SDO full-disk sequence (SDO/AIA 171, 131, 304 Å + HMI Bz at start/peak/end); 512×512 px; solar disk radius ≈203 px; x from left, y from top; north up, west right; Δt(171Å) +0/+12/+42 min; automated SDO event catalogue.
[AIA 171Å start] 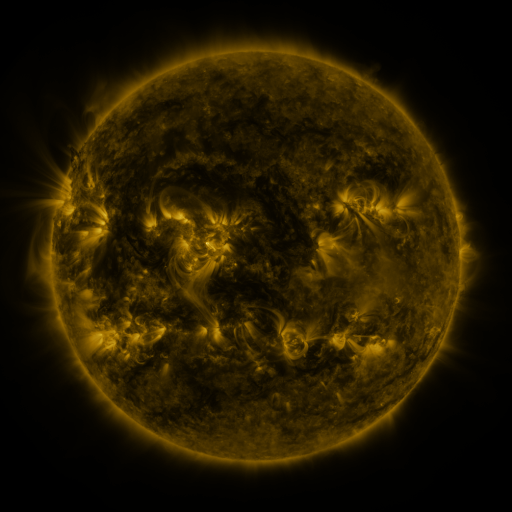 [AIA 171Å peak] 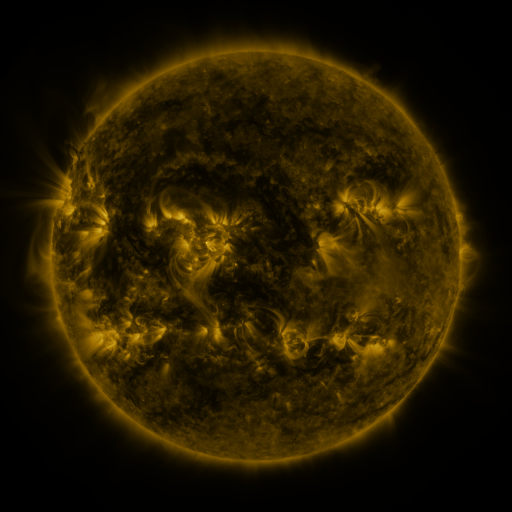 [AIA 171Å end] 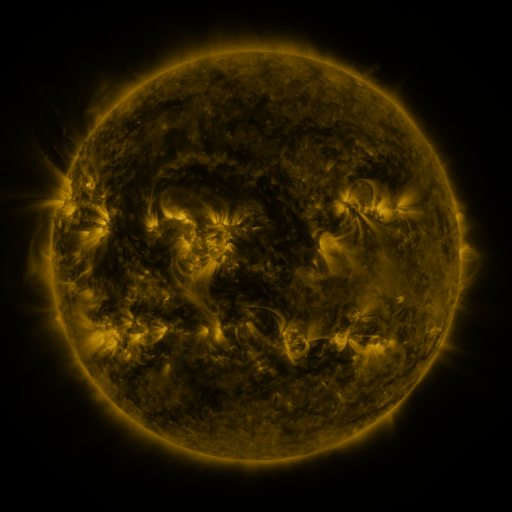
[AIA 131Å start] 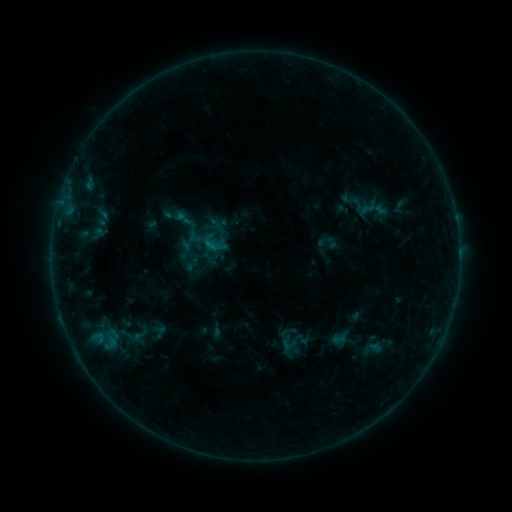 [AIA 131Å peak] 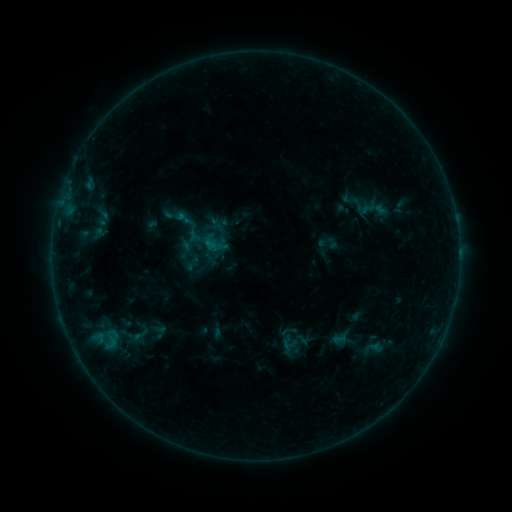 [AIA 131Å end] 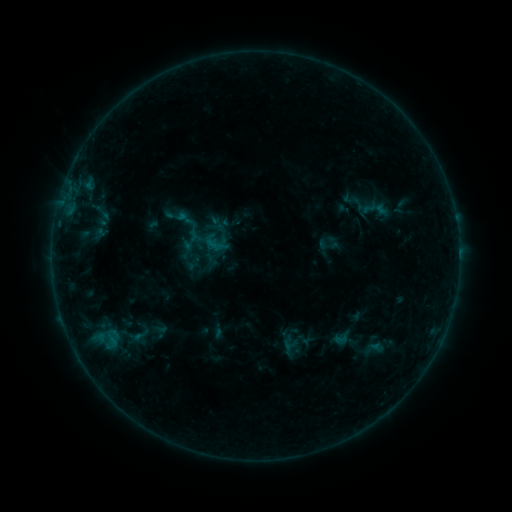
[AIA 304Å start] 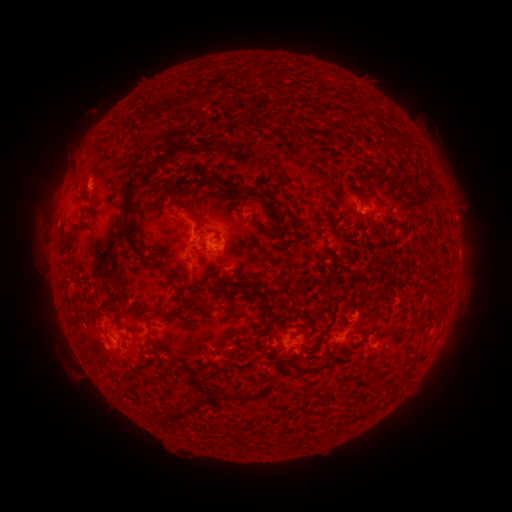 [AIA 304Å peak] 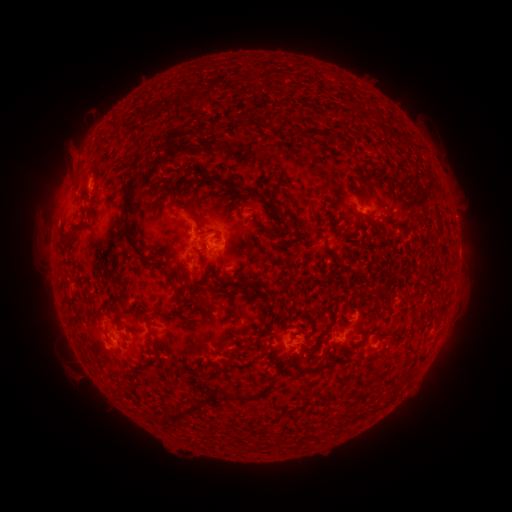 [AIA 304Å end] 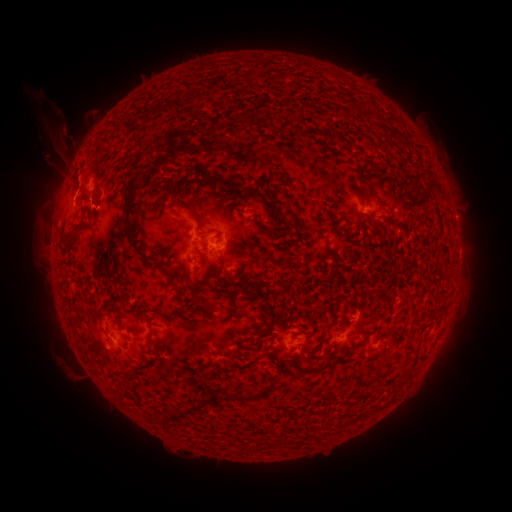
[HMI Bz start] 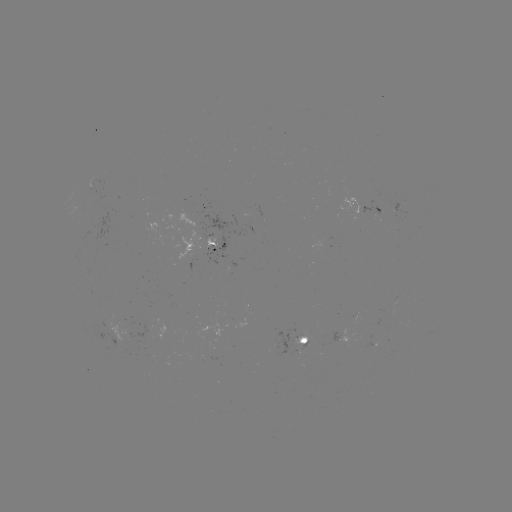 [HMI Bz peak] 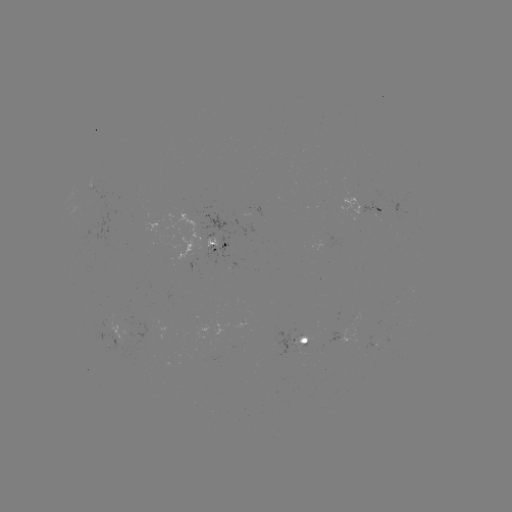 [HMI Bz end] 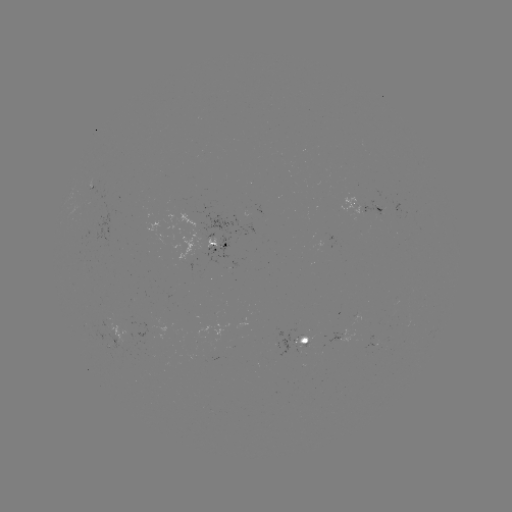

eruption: (28, 96, 97, 213)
